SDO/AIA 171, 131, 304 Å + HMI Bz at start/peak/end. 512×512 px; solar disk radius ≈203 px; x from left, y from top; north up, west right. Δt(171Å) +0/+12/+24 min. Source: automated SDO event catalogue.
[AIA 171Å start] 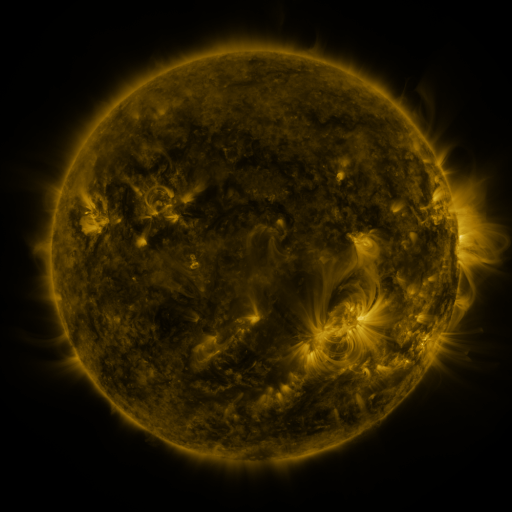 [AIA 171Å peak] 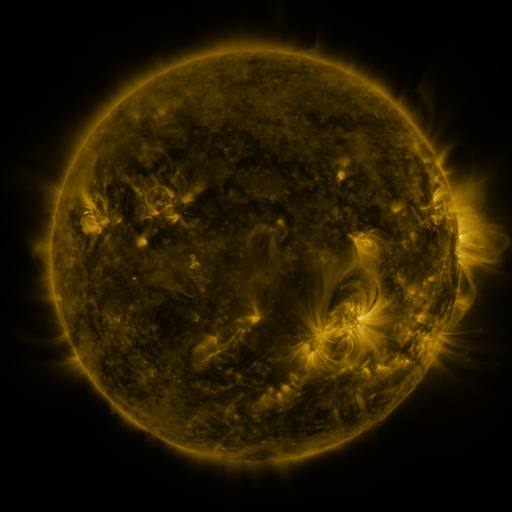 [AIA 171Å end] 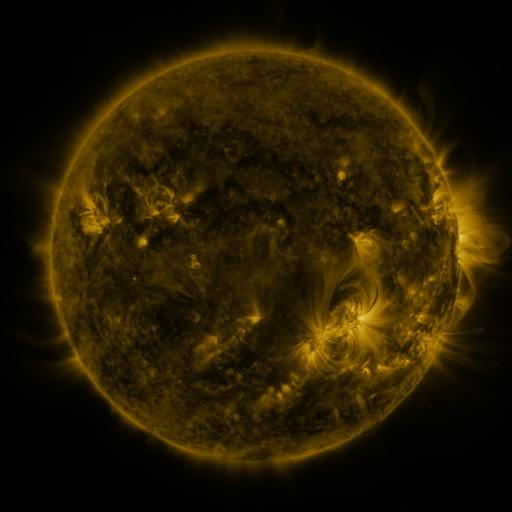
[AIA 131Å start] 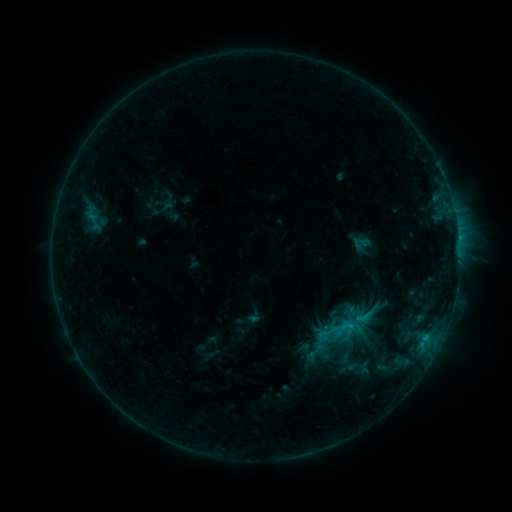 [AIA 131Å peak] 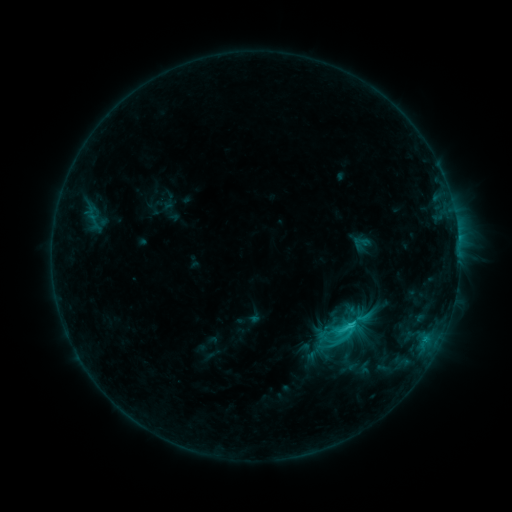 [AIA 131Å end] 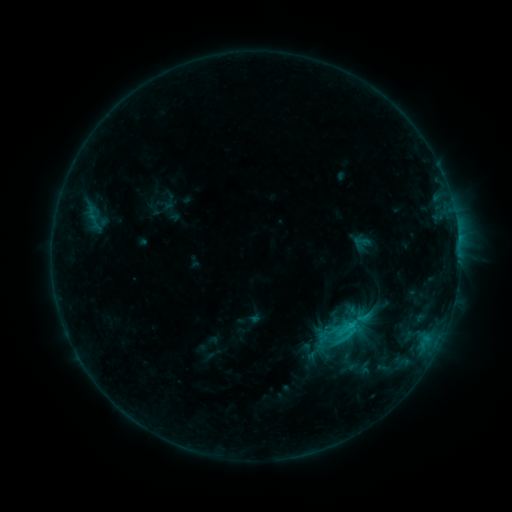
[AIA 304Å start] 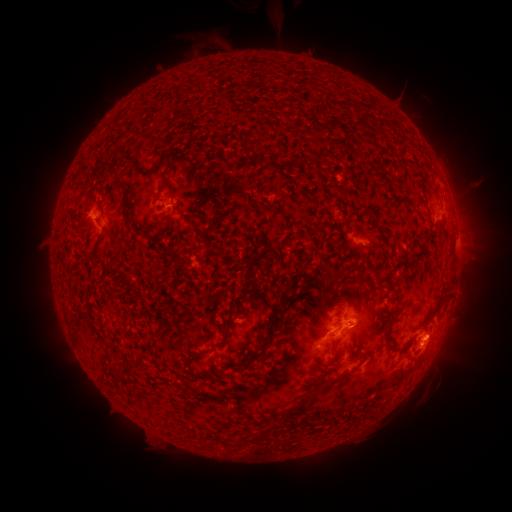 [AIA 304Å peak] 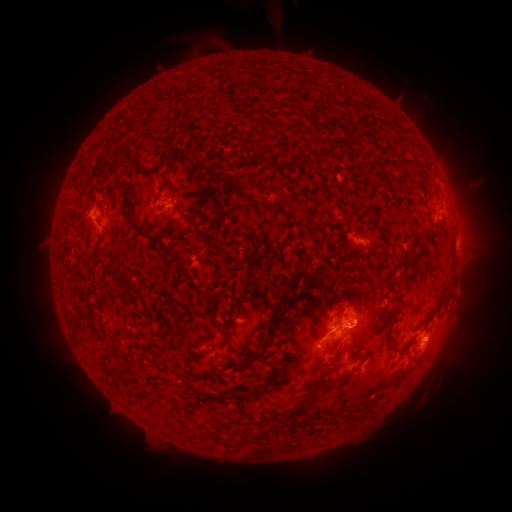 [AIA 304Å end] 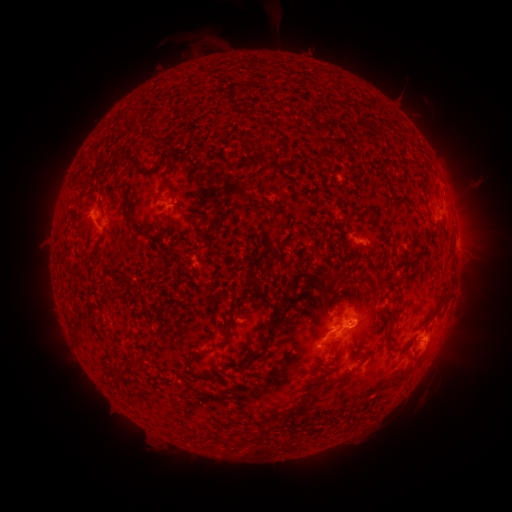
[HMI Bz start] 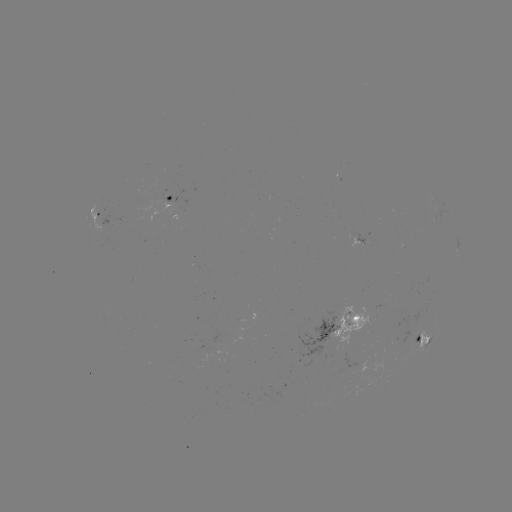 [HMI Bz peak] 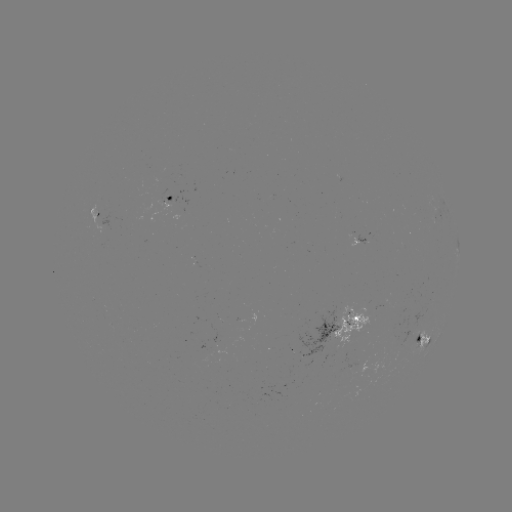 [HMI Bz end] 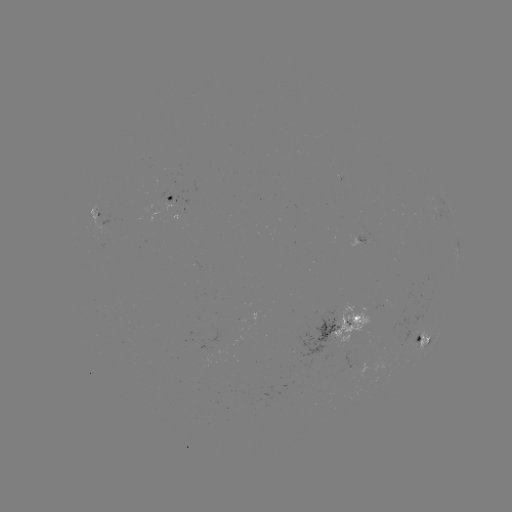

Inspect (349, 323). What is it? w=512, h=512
C2.1 flare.